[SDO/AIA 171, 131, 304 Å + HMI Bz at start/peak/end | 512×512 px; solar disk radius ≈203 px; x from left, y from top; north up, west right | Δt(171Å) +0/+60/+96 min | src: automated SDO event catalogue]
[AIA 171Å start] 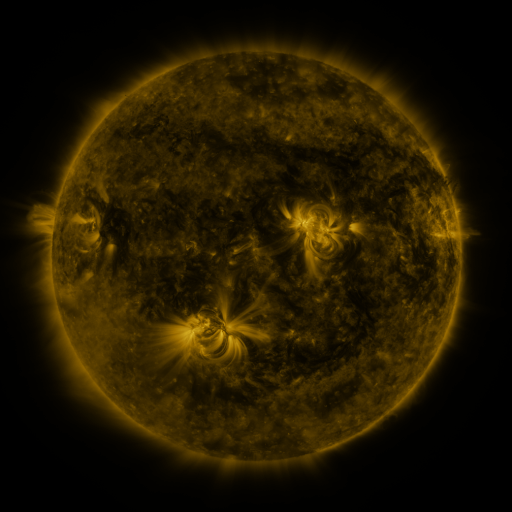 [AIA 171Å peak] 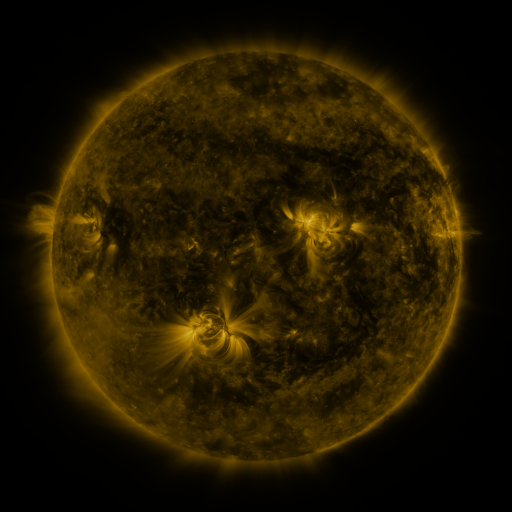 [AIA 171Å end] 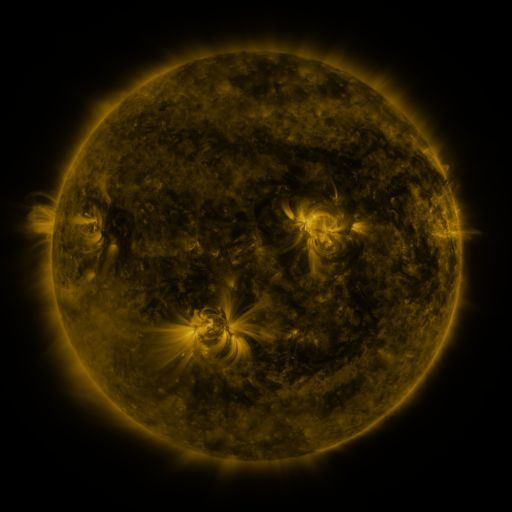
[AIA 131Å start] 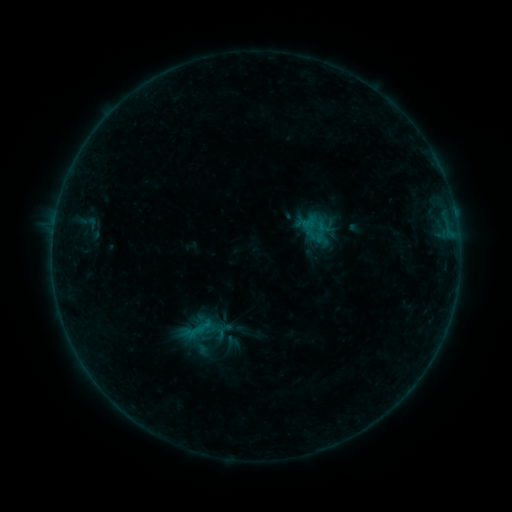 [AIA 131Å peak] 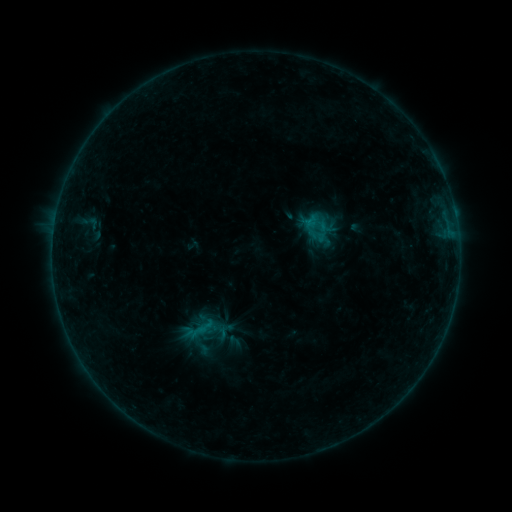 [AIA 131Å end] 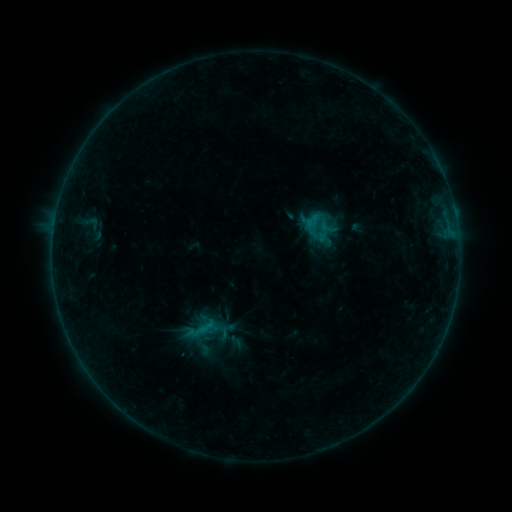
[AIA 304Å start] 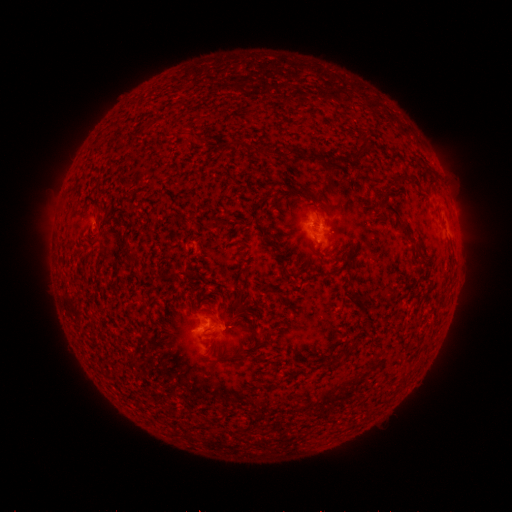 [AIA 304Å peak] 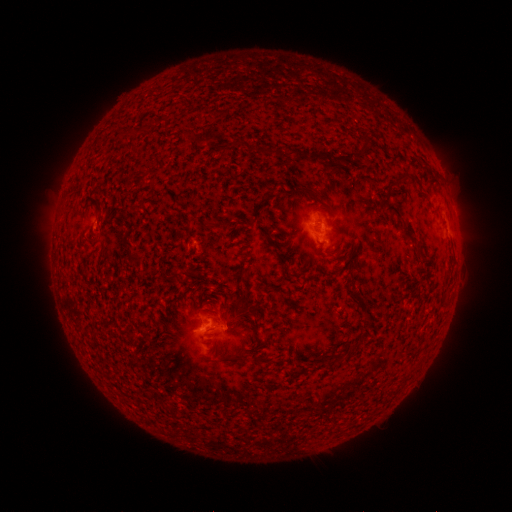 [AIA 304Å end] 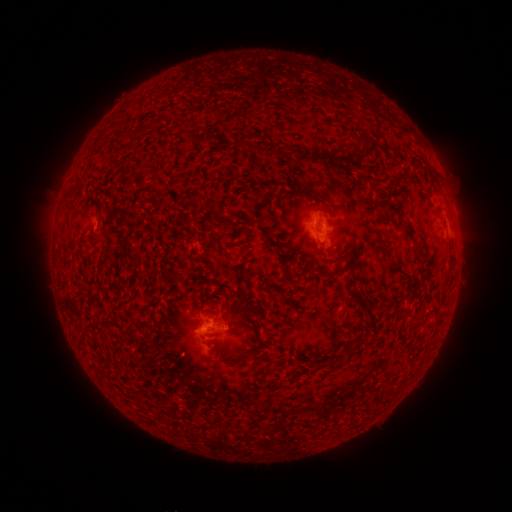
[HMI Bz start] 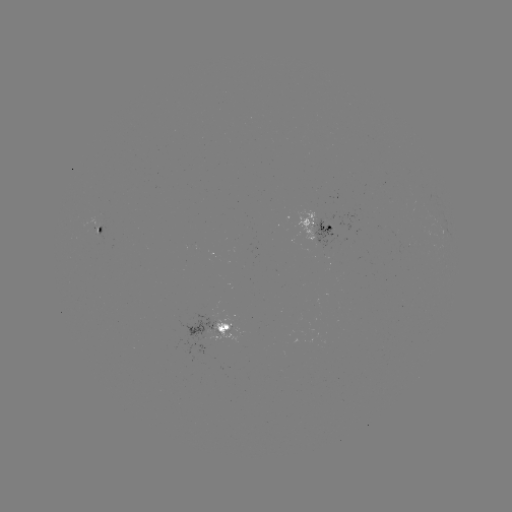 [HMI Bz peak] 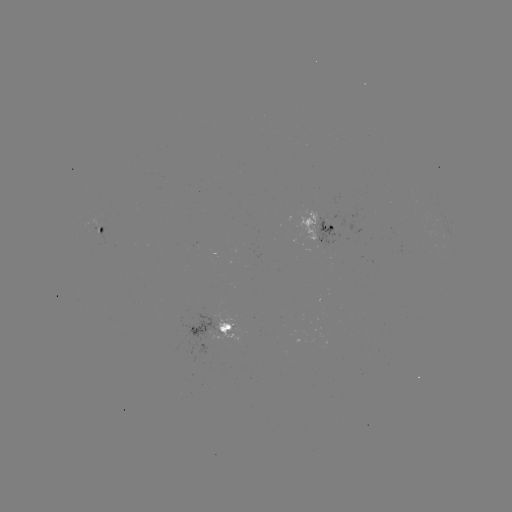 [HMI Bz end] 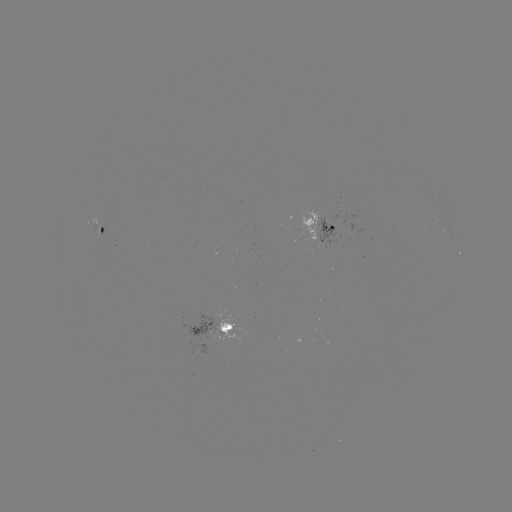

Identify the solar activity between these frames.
emerging-flux region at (94, 226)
